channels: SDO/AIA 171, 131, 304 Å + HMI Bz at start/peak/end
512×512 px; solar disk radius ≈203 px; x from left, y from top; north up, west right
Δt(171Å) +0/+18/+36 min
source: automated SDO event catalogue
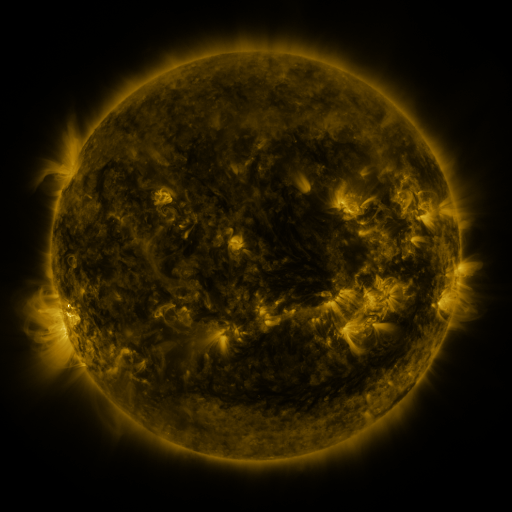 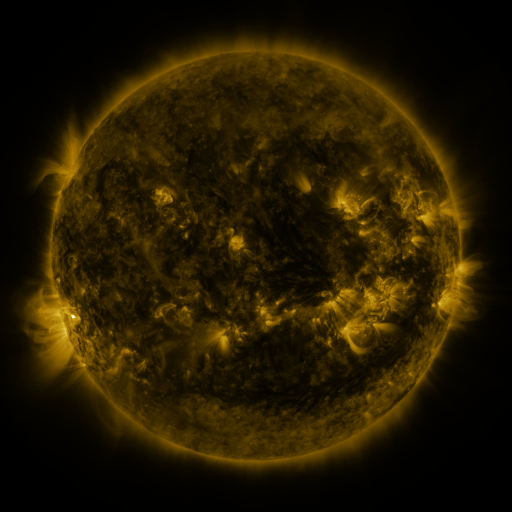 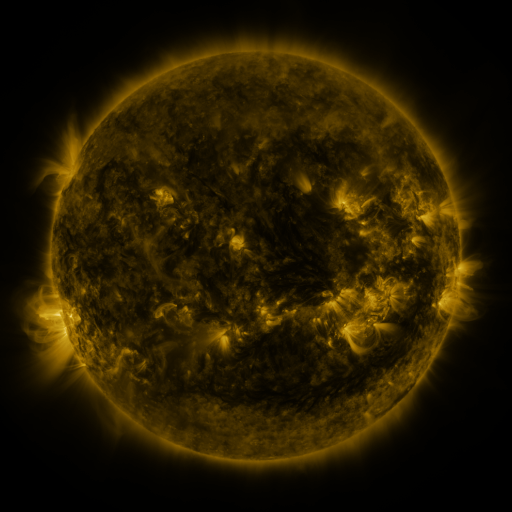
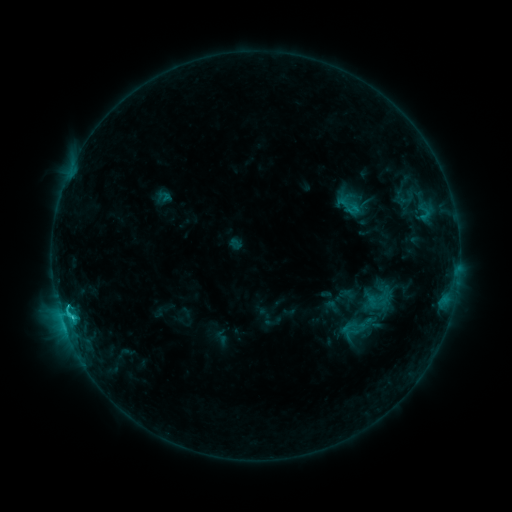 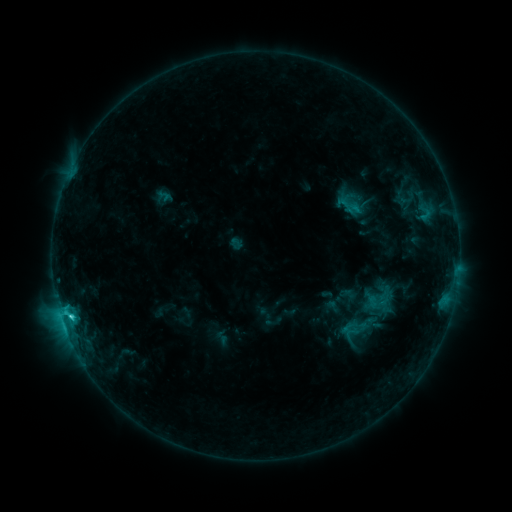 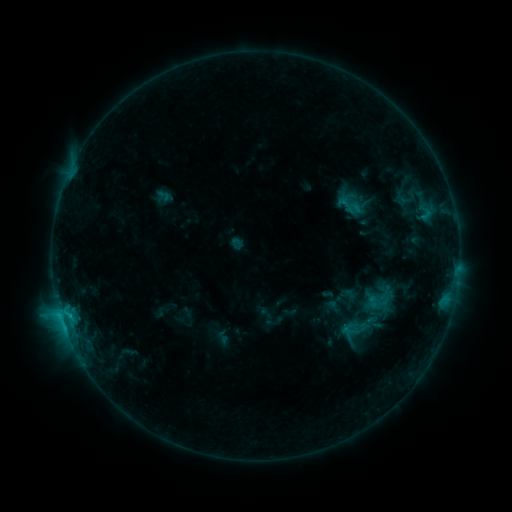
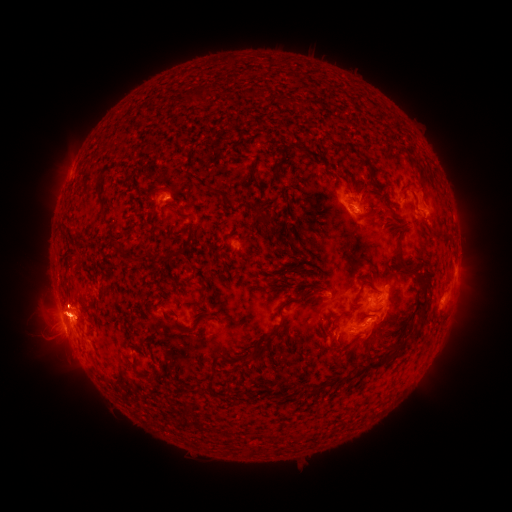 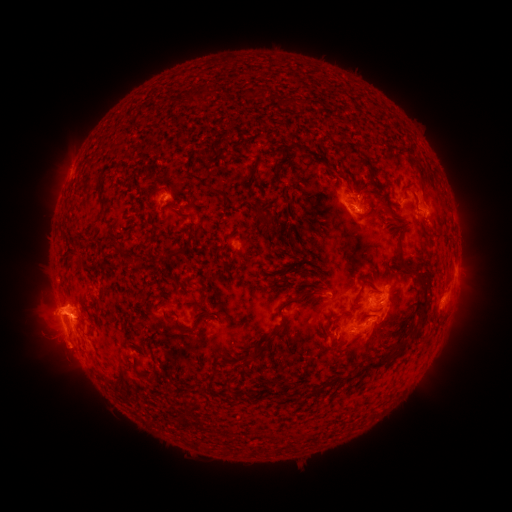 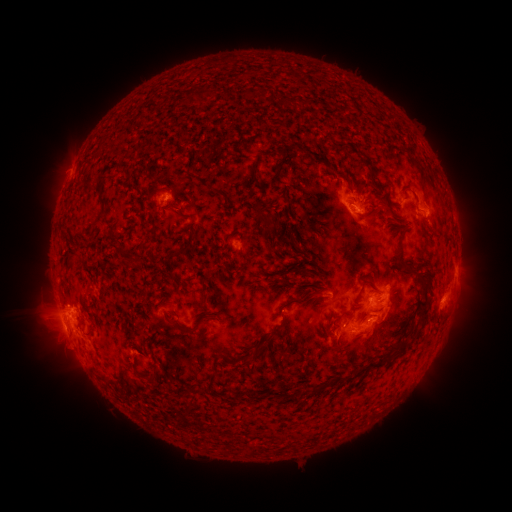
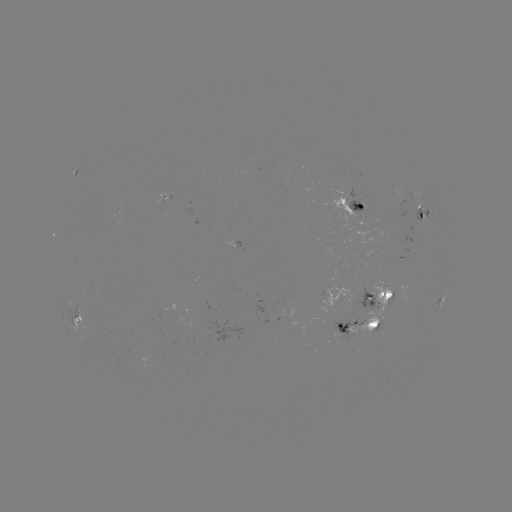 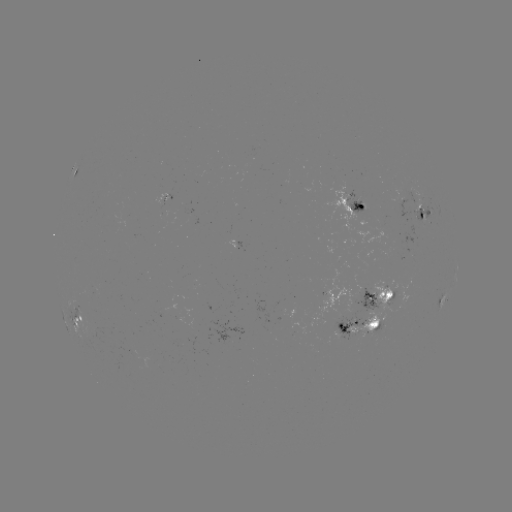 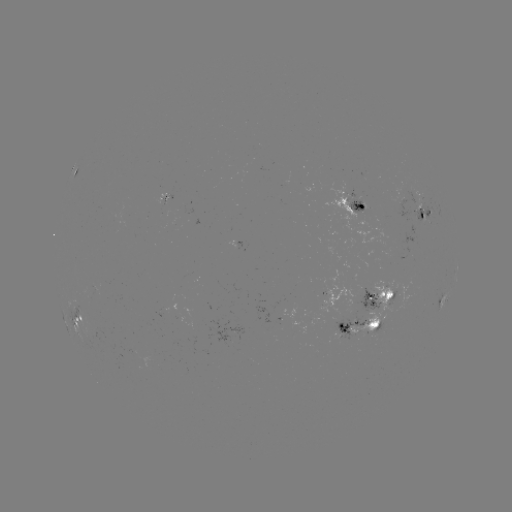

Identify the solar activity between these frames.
eruption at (58, 313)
